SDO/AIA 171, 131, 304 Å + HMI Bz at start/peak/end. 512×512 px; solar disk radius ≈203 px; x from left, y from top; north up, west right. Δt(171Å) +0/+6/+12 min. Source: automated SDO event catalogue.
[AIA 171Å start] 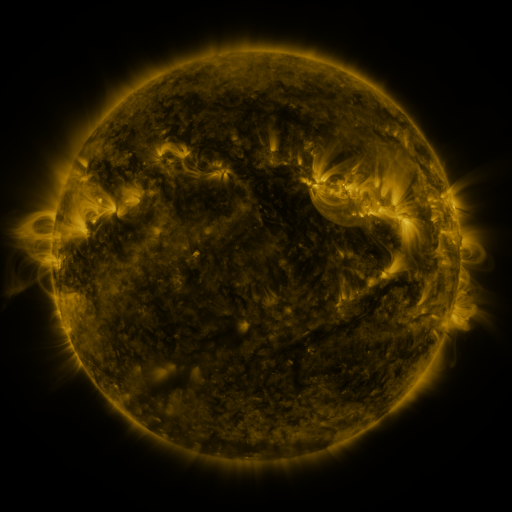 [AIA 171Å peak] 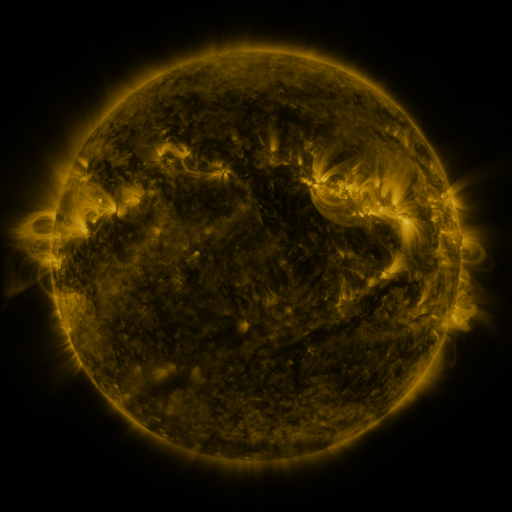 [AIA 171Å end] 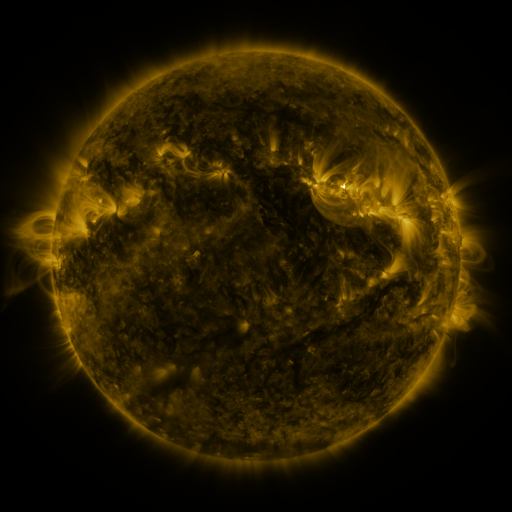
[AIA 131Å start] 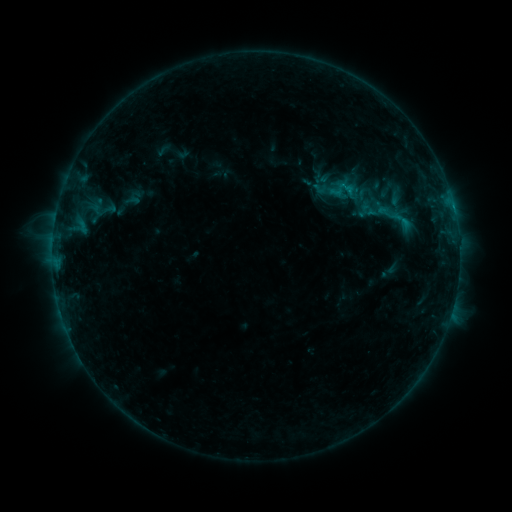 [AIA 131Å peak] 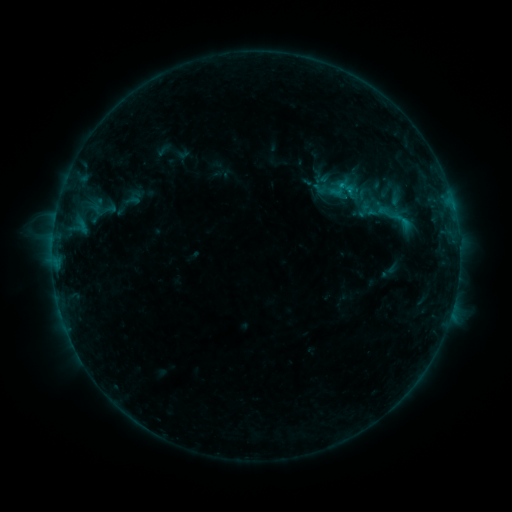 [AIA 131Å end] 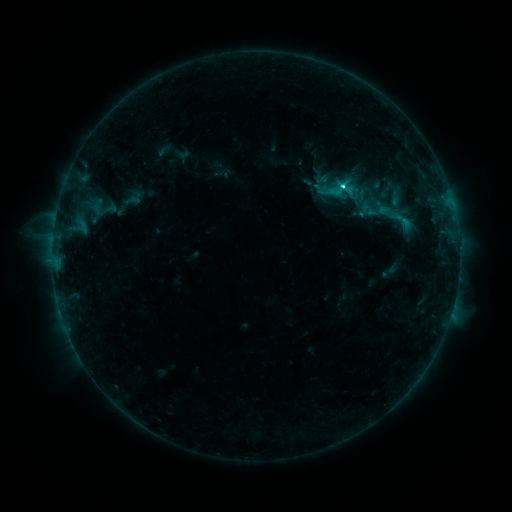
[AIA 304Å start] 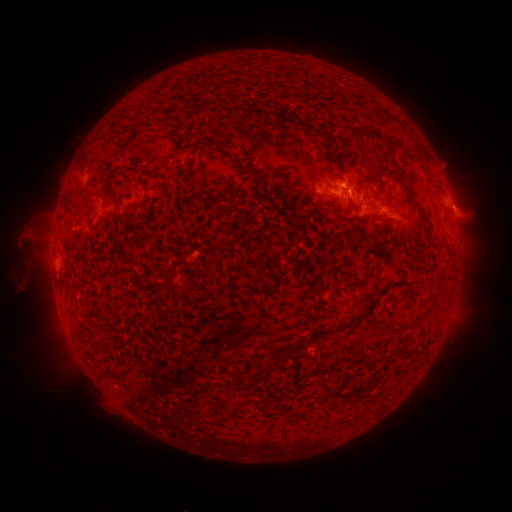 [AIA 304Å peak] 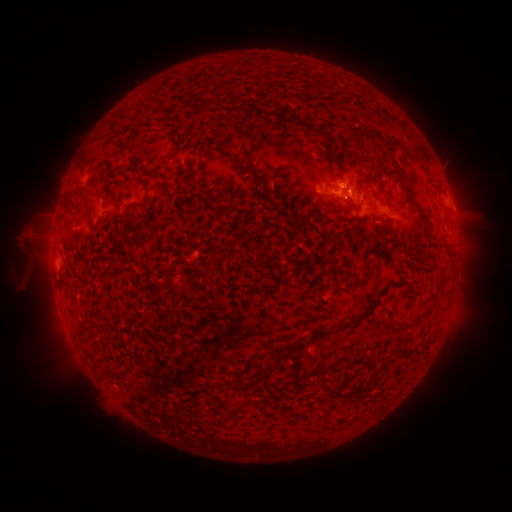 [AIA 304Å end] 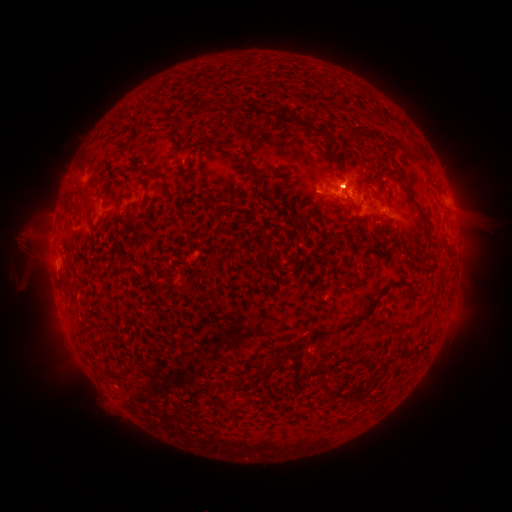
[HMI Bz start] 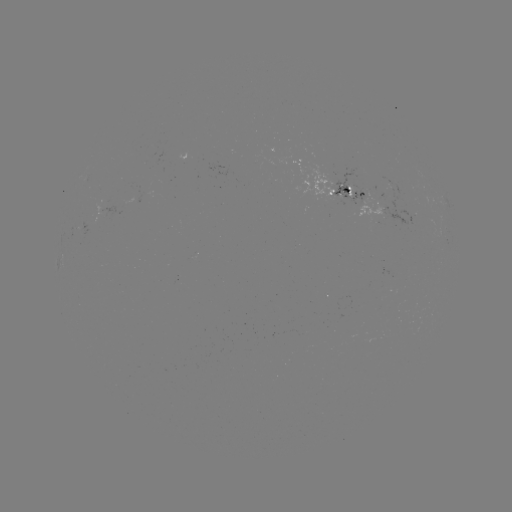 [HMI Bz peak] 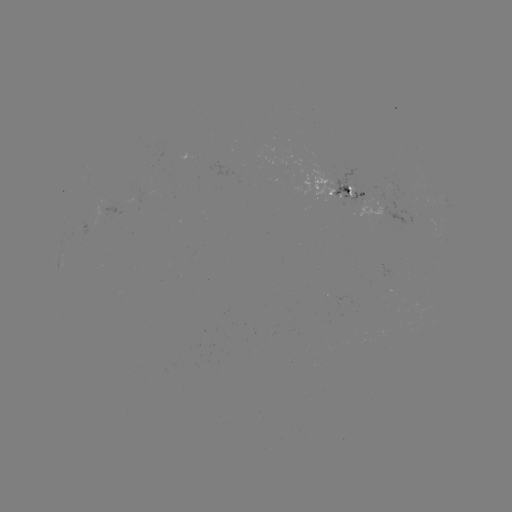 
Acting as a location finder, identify C2.8 flare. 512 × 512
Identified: [339, 189].